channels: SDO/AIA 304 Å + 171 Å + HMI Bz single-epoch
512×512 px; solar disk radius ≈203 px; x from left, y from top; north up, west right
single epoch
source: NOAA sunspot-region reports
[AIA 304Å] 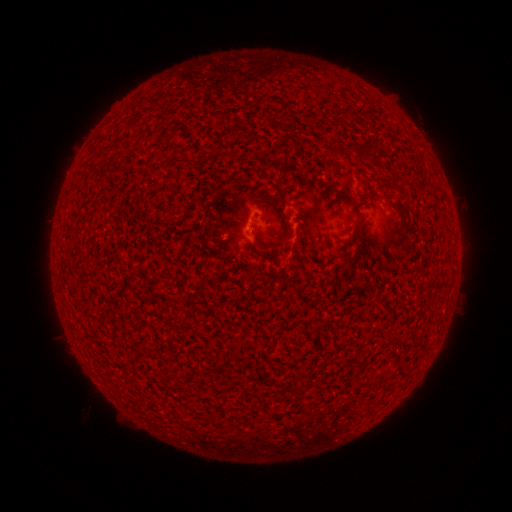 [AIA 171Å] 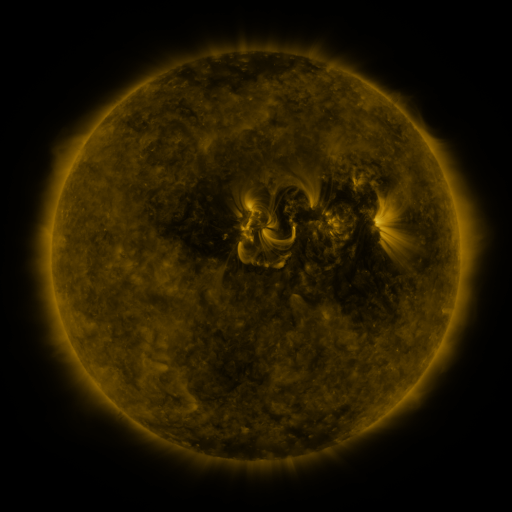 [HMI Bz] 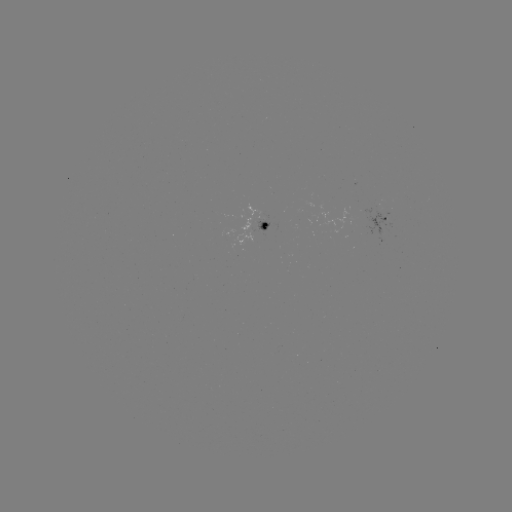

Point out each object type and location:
spotted active region: (385, 219)
spotted active region: (263, 224)
